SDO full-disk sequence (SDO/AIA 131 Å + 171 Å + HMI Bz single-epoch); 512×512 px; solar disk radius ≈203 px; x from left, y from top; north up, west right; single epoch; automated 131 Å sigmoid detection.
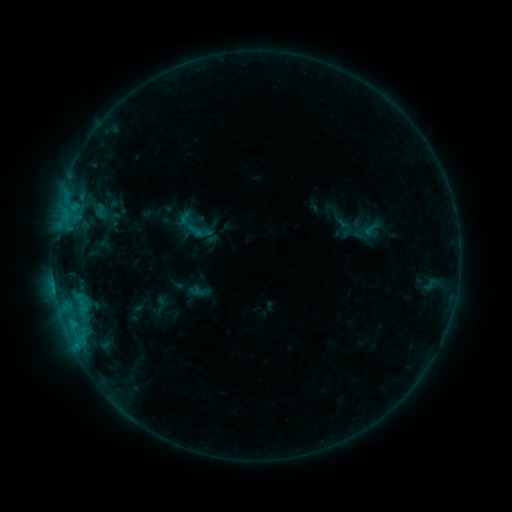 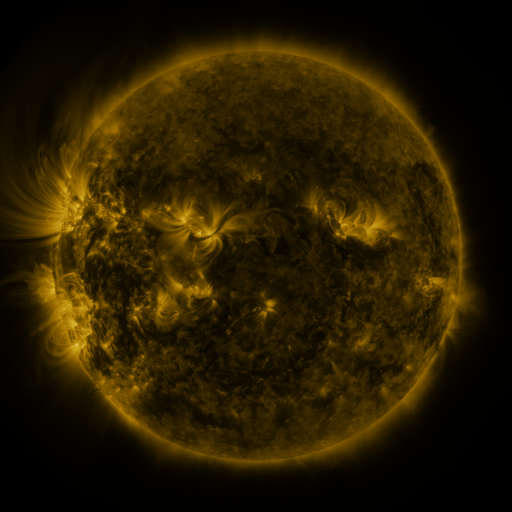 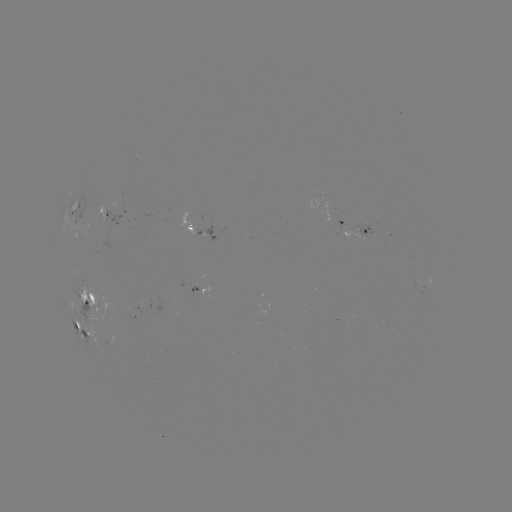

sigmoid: (93, 203, 108, 221)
